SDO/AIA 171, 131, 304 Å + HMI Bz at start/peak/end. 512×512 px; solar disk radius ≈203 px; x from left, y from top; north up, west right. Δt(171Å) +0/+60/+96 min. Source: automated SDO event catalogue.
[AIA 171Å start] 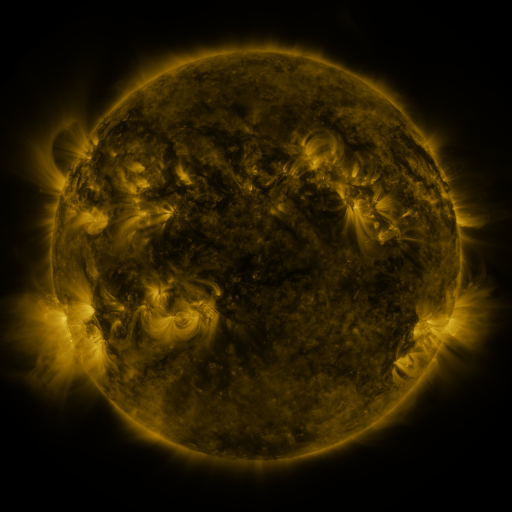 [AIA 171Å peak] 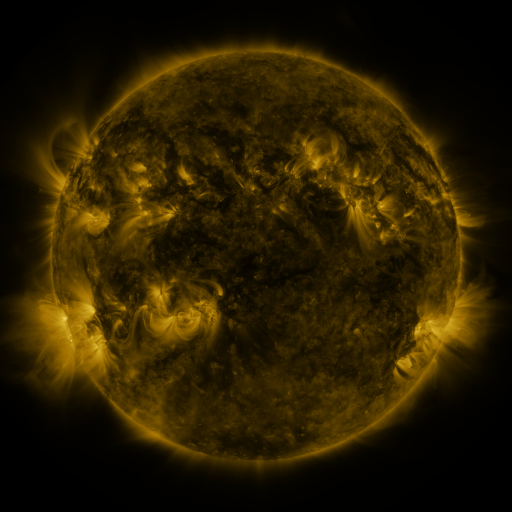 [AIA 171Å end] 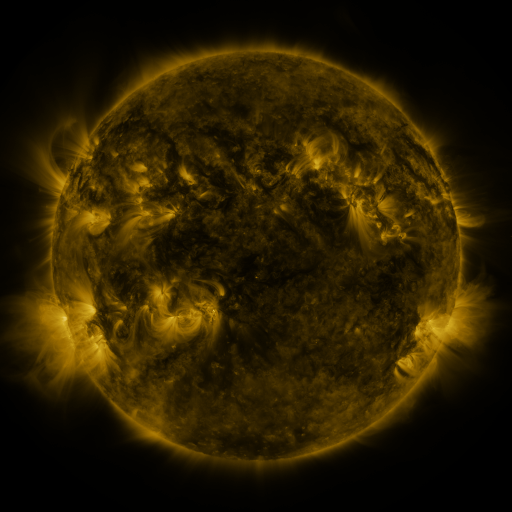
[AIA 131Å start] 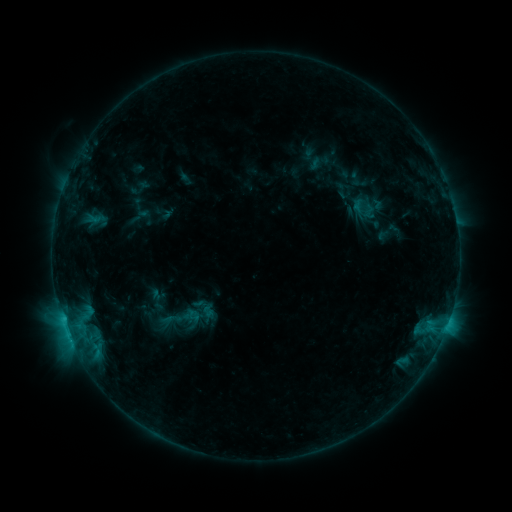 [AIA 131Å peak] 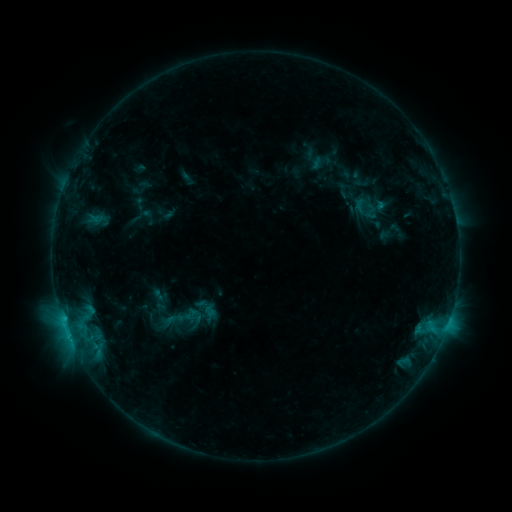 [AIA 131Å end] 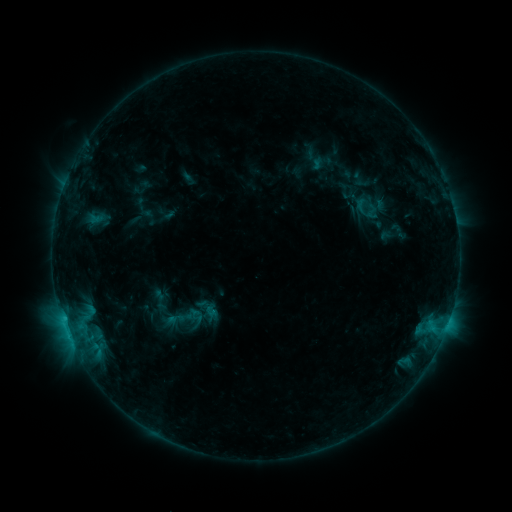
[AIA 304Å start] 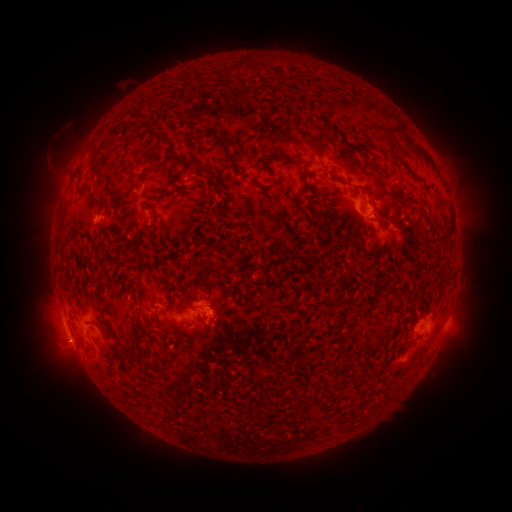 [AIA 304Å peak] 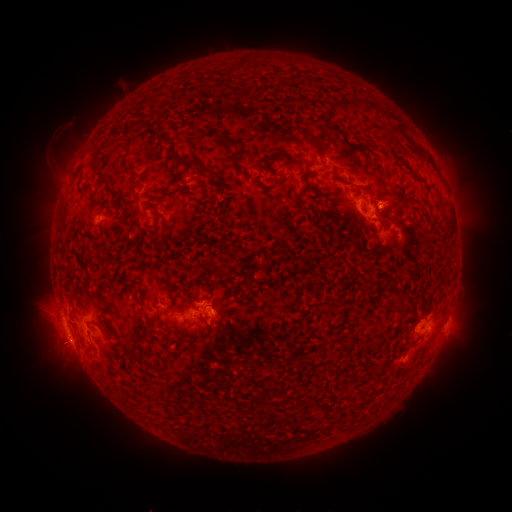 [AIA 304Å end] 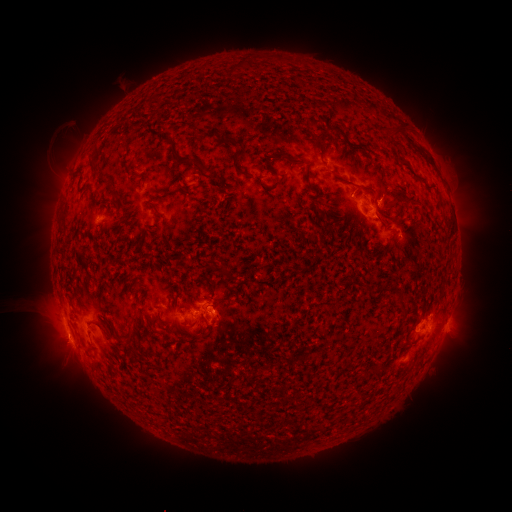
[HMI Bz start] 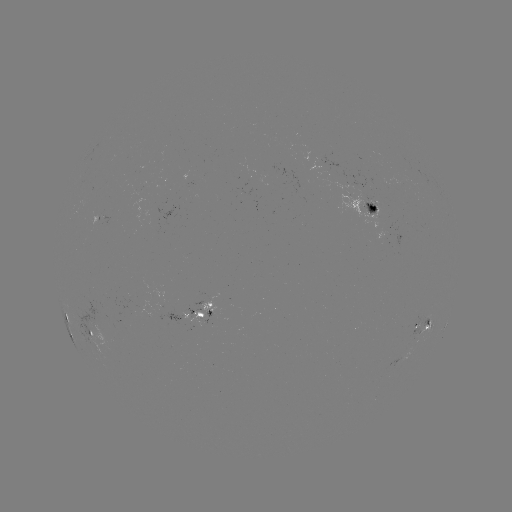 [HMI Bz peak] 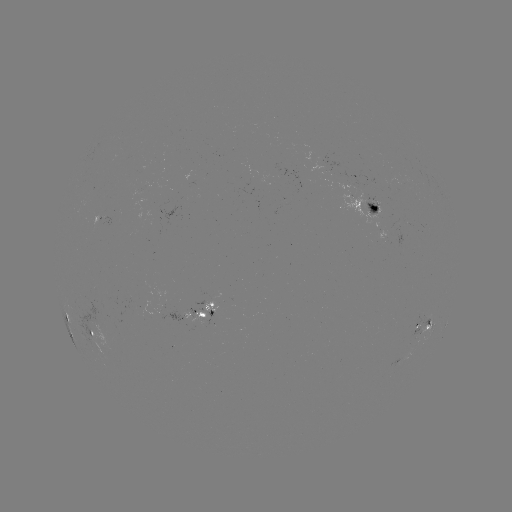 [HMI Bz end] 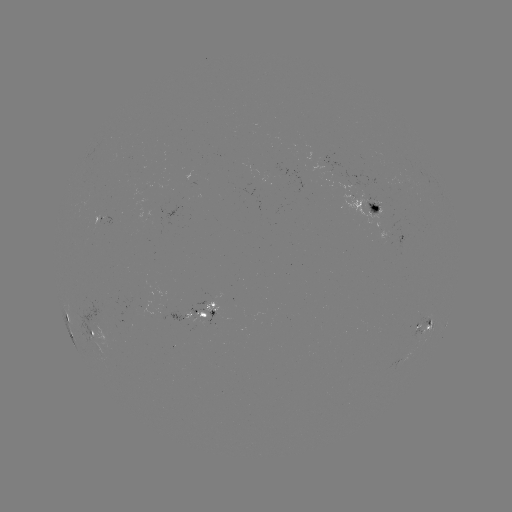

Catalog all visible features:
emerging-flux region: (375, 206)
